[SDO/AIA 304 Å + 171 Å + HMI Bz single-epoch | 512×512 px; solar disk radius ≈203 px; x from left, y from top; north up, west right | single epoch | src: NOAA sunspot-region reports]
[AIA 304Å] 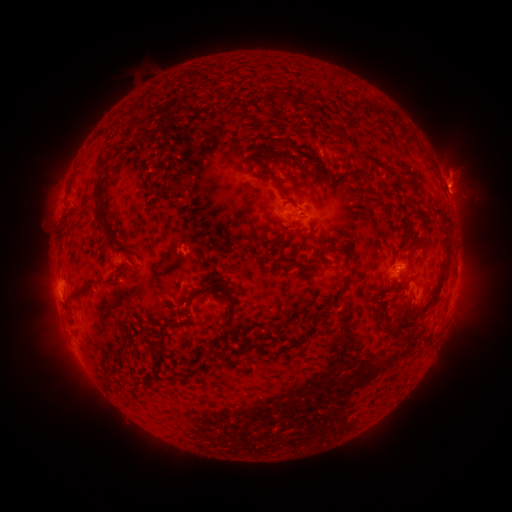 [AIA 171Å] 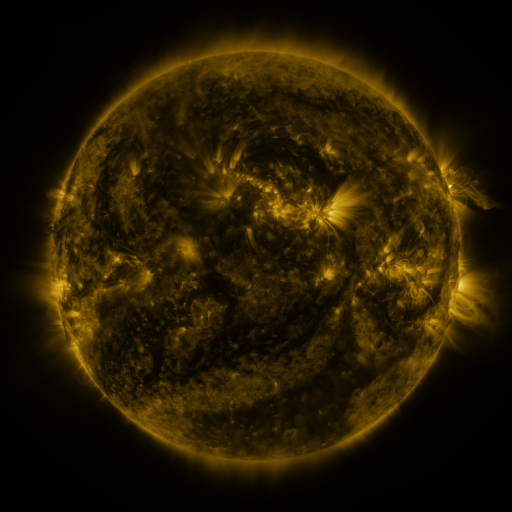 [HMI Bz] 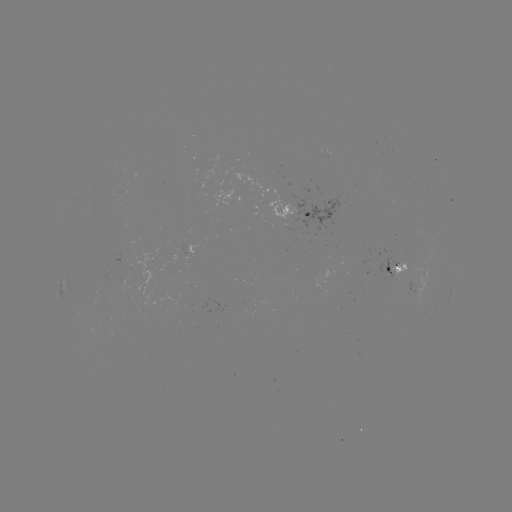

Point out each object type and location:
spotted active region: (443, 182)
spotted active region: (298, 209)
spotted active region: (396, 265)
spotted active region: (419, 290)
